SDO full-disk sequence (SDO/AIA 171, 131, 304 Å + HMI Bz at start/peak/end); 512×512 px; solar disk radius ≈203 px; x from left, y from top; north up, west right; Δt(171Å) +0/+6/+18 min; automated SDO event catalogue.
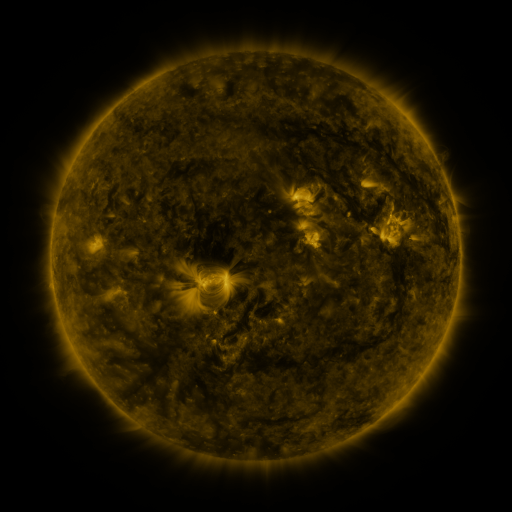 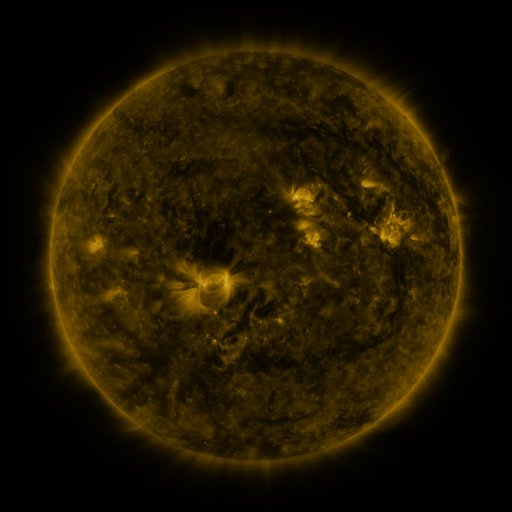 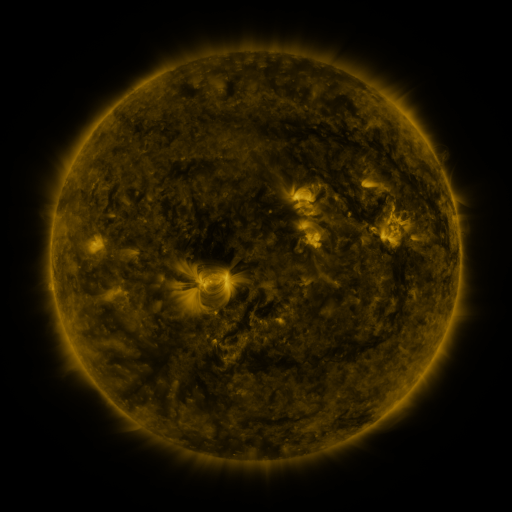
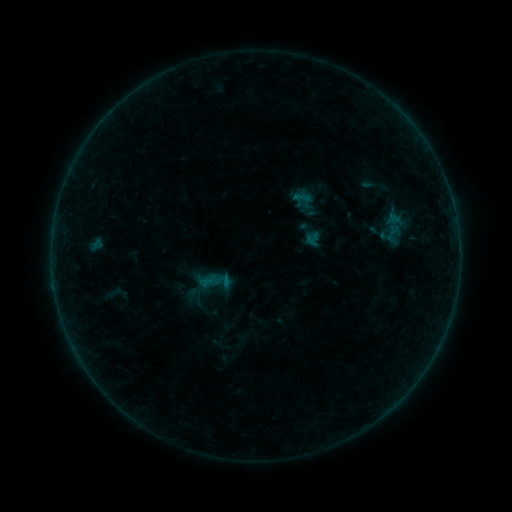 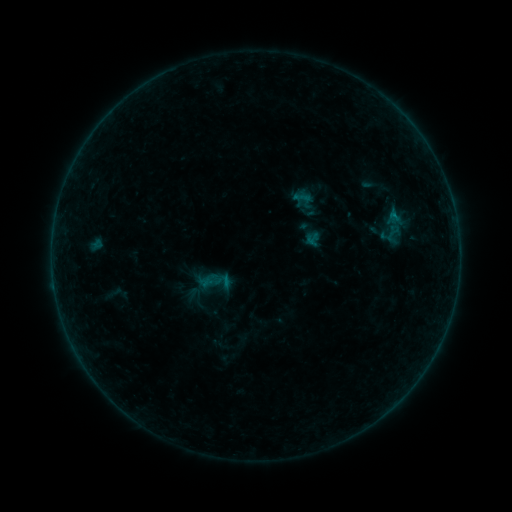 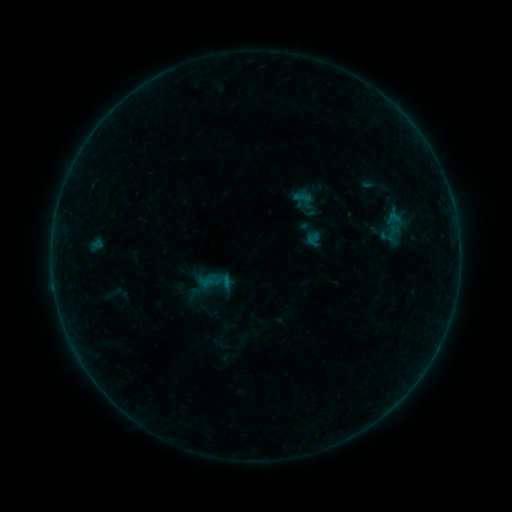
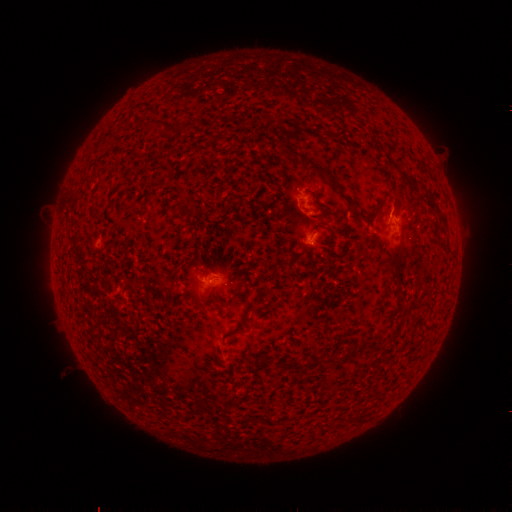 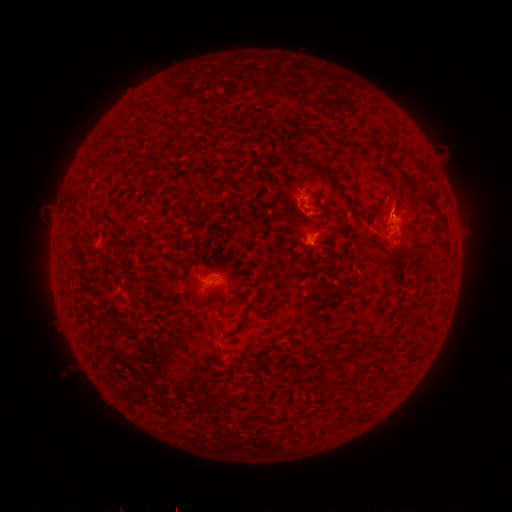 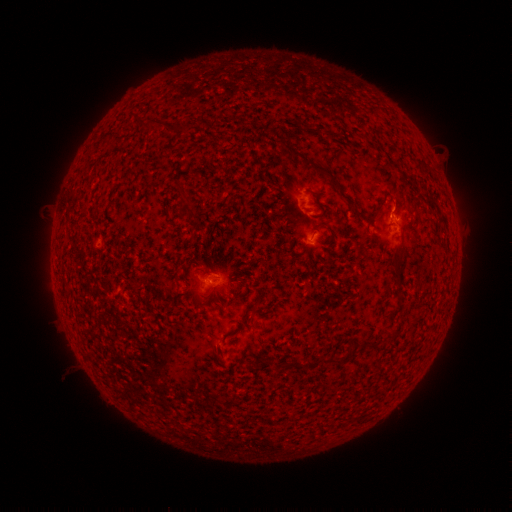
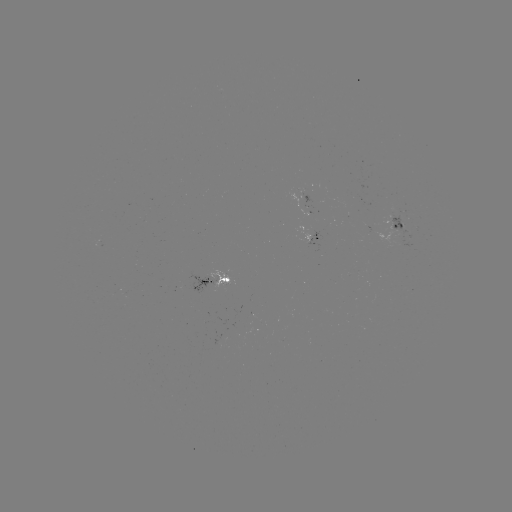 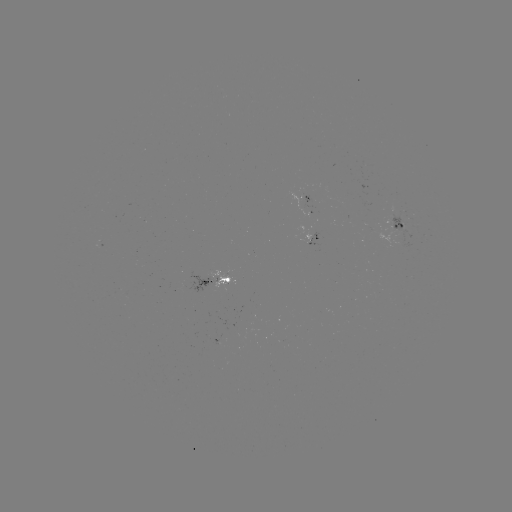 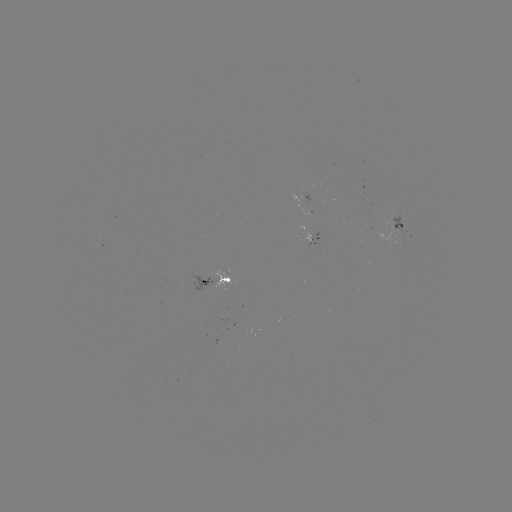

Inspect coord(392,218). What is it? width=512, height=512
B2.4 flare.